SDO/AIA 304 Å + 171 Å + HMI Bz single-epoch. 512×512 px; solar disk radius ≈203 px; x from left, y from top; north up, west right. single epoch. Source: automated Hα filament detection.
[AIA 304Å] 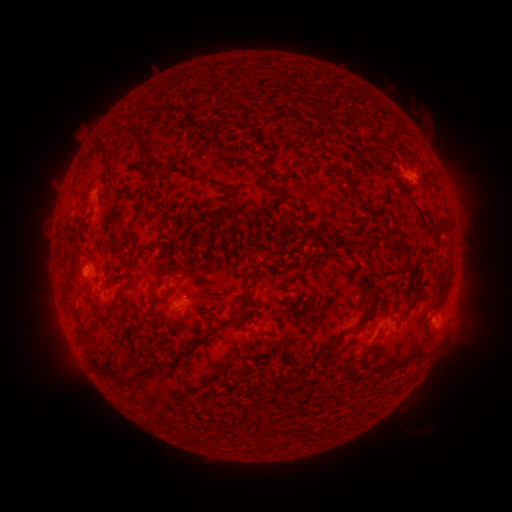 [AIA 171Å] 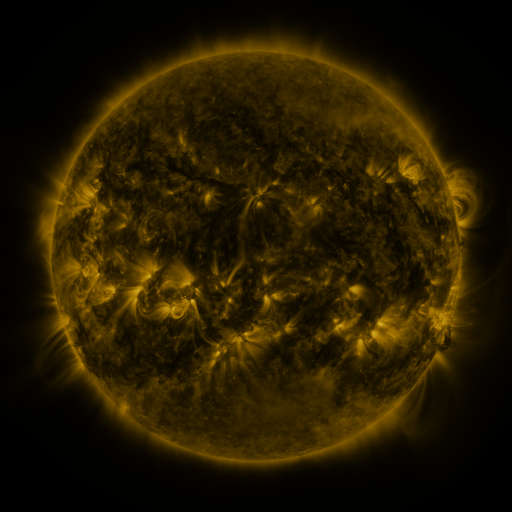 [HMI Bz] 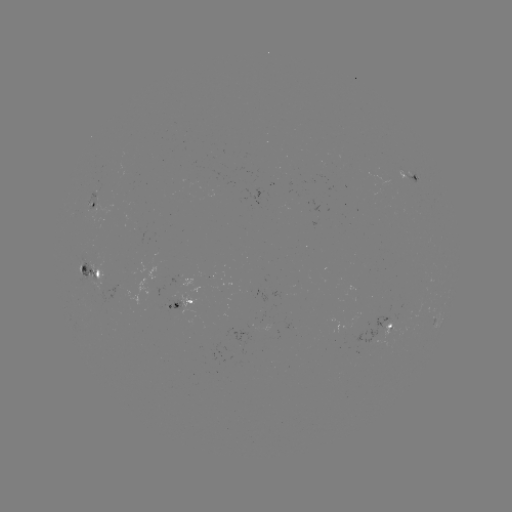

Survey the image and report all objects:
filament: <bbox>132, 129, 156, 158</bbox>
filament: <bbox>96, 136, 112, 165</bbox>
filament: <bbox>366, 147, 376, 157</bbox>
filament: <bbox>153, 160, 169, 172</bbox>
filament: <bbox>326, 163, 364, 205</bbox>
filament: <bbox>275, 195, 301, 208</bbox>
filament: <bbox>131, 199, 144, 225</bbox>
filament: <bbox>128, 245, 139, 253</bbox>
filament: <bbox>150, 264, 175, 290</bbox>
filament: <bbox>164, 286, 177, 295</bbox>
filament: <bbox>372, 287, 379, 304</bbox>
filament: <bbox>245, 289, 261, 315</bbox>
filament: <bbox>97, 300, 117, 320</bbox>
filament: <bbox>407, 303, 416, 311</bbox>
filament: <bbox>338, 316, 369, 337</bbox>
filament: <bbox>210, 317, 234, 331</bbox>
filament: <bbox>75, 324, 82, 339</bbox>
filament: <bbox>131, 324, 146, 331</bbox>
filament: <bbox>406, 346, 425, 361</bbox>
filament: <bbox>103, 361, 133, 386</bbox>
filament: <bbox>391, 362, 402, 369</bbox>
filament: <bbox>131, 365, 154, 377</bbox>
